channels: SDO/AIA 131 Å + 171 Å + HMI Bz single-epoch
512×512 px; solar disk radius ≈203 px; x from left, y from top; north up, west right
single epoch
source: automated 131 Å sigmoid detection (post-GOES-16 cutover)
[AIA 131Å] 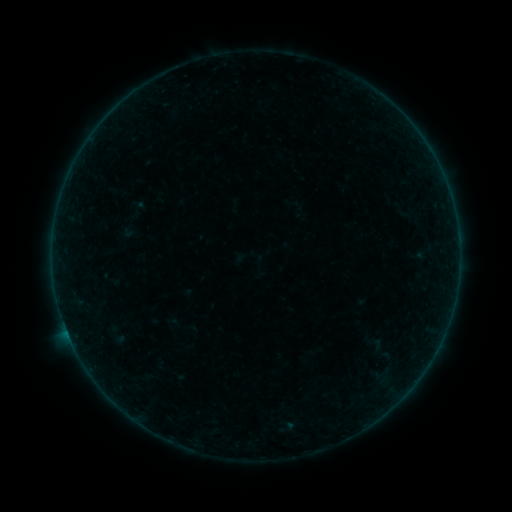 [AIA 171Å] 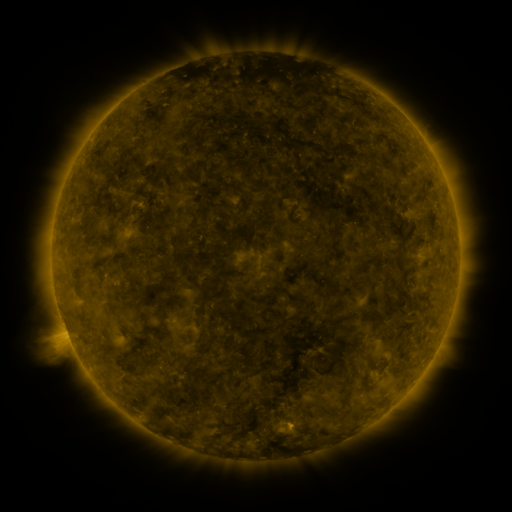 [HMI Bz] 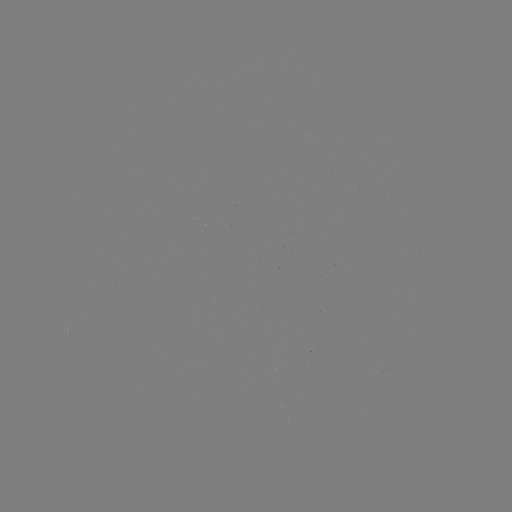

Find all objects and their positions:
sigmoid: <bbox>393, 207, 416, 224</bbox>
